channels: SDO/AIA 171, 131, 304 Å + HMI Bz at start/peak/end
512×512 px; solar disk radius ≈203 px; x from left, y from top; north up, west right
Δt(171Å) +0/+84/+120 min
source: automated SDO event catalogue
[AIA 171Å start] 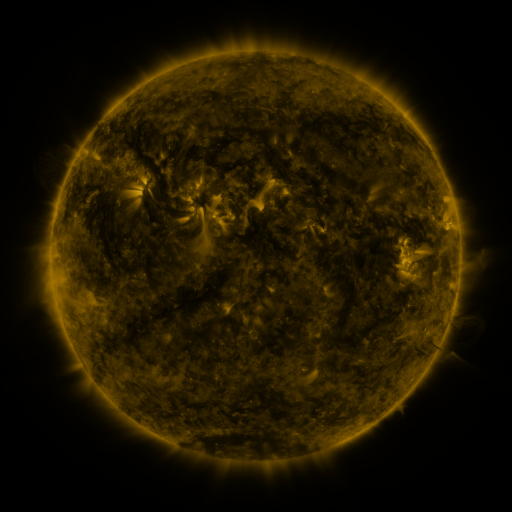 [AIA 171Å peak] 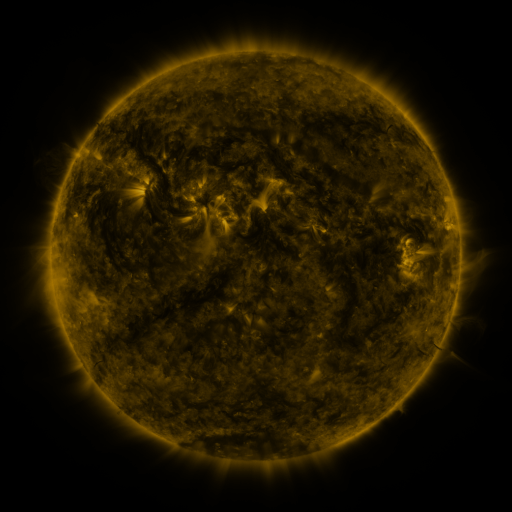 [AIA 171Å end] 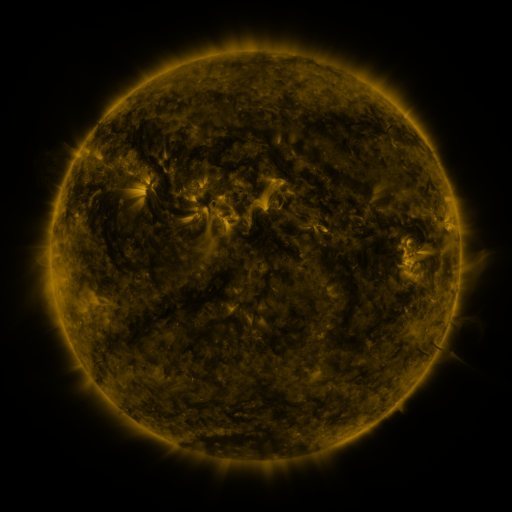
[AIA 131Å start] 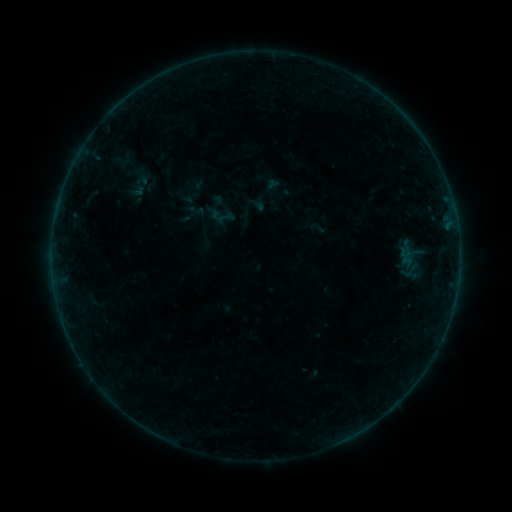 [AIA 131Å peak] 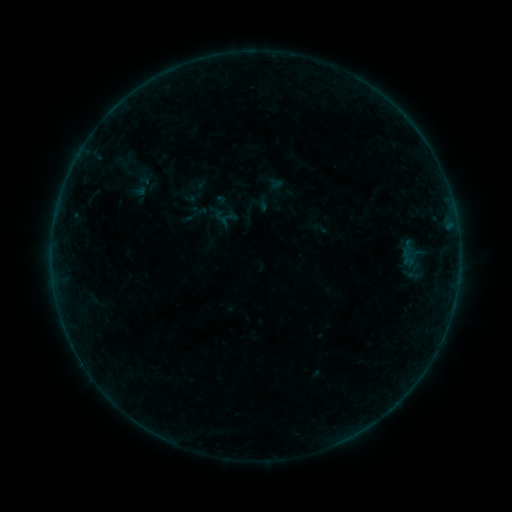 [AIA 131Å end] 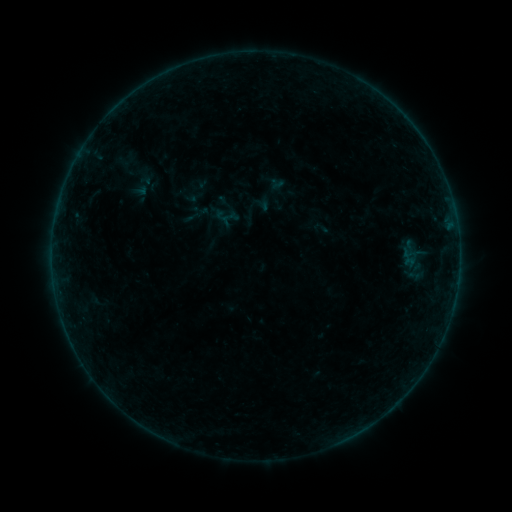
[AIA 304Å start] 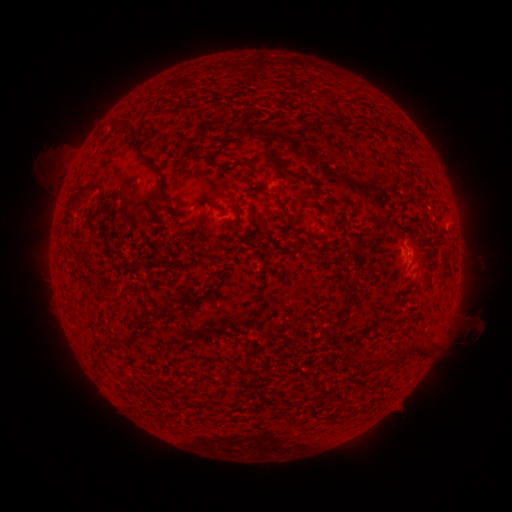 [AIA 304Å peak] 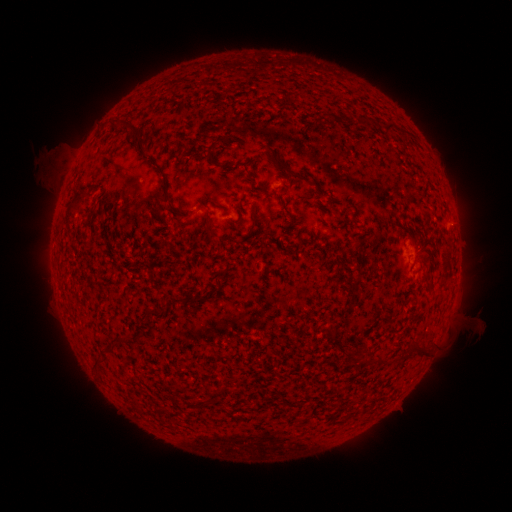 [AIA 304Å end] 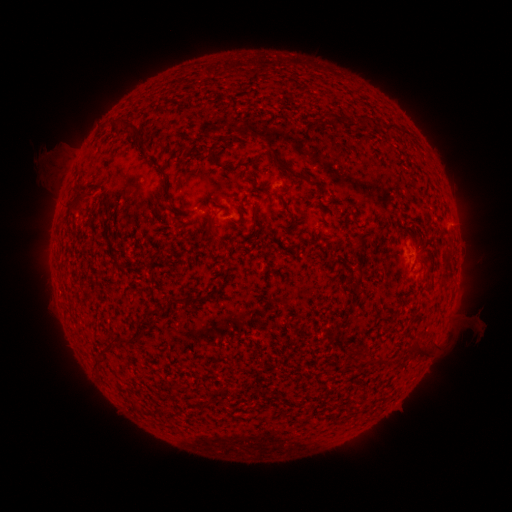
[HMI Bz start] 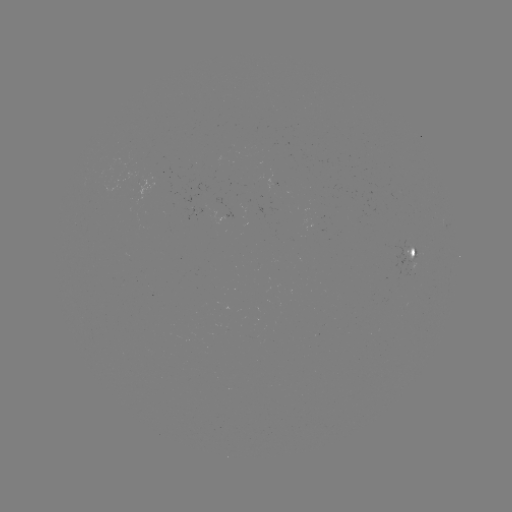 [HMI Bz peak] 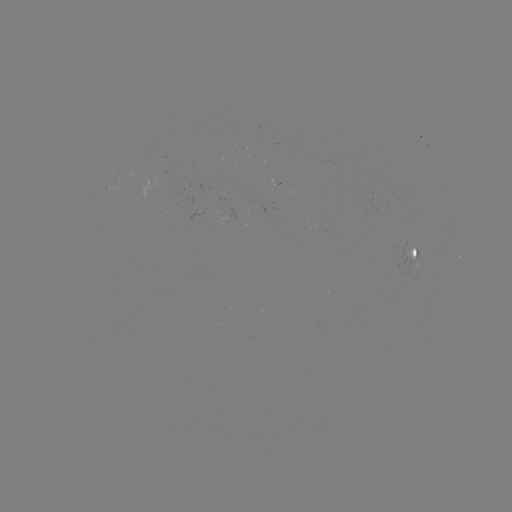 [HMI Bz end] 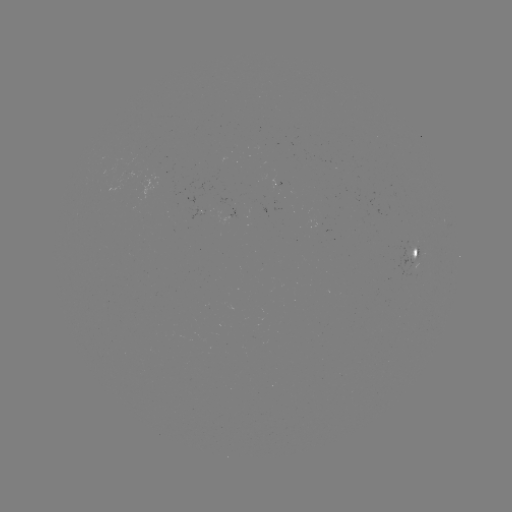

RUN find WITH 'emerging-flux region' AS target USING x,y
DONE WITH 198,212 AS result